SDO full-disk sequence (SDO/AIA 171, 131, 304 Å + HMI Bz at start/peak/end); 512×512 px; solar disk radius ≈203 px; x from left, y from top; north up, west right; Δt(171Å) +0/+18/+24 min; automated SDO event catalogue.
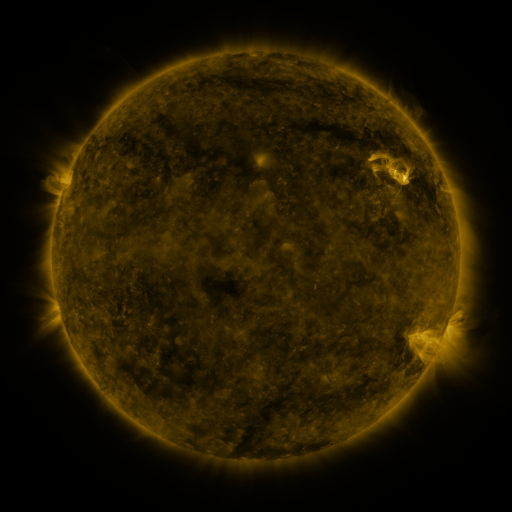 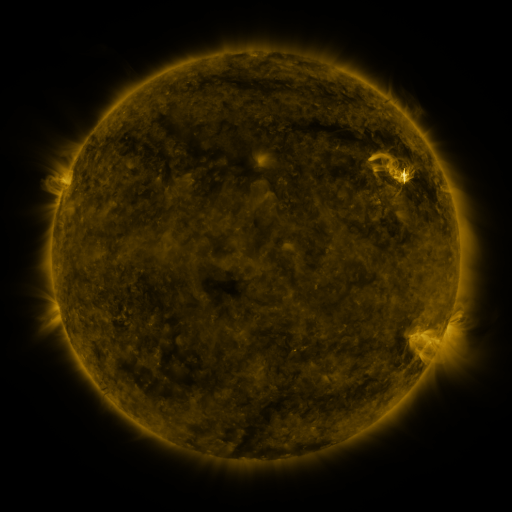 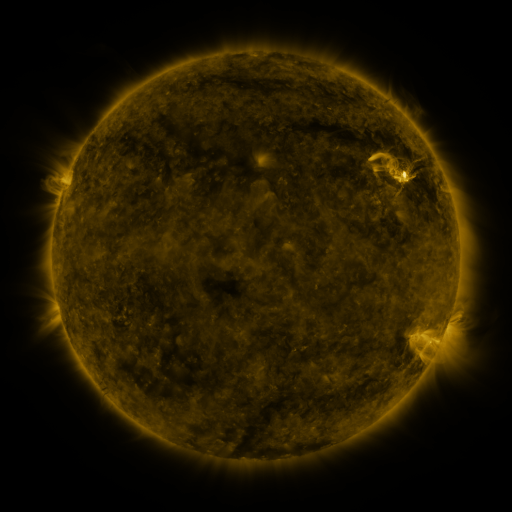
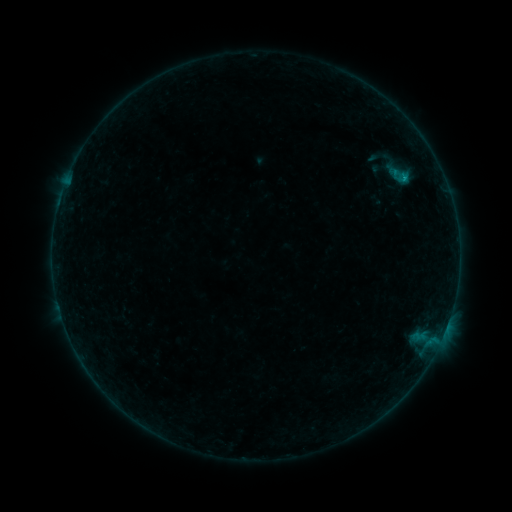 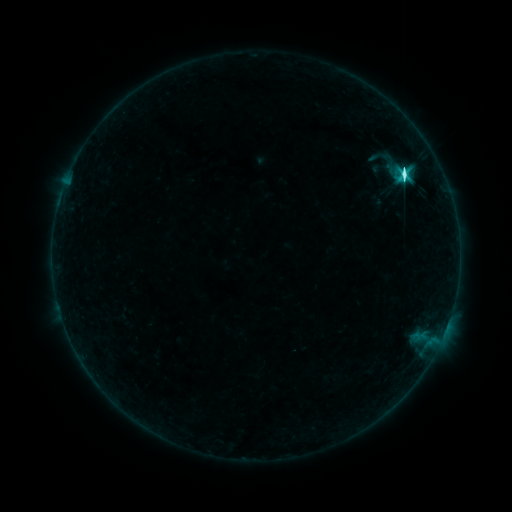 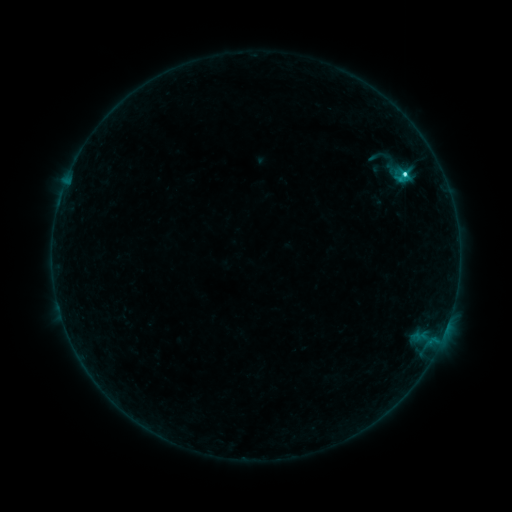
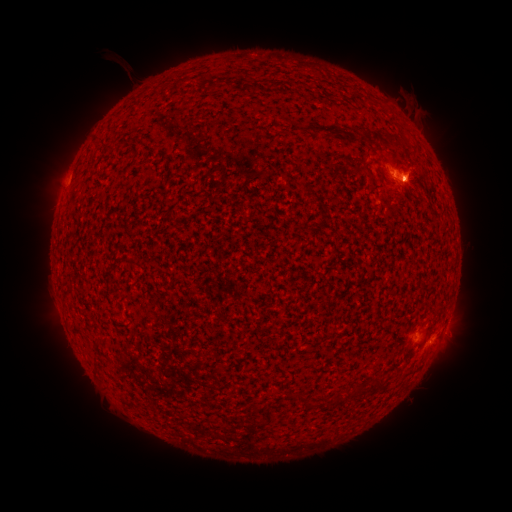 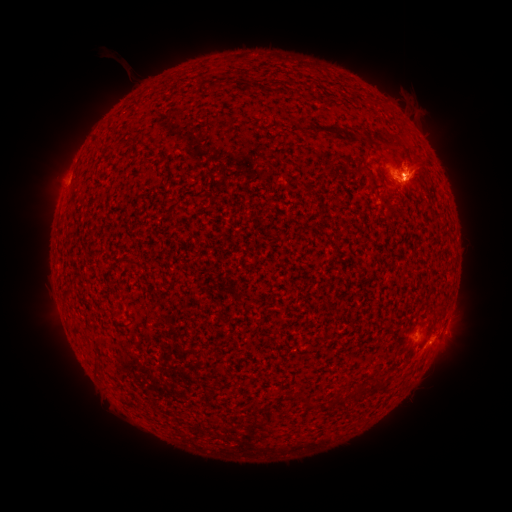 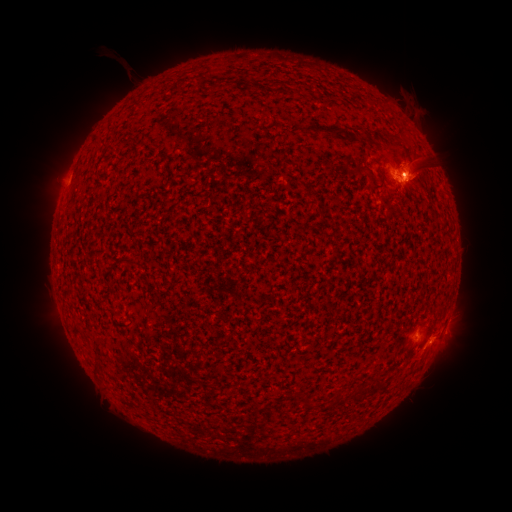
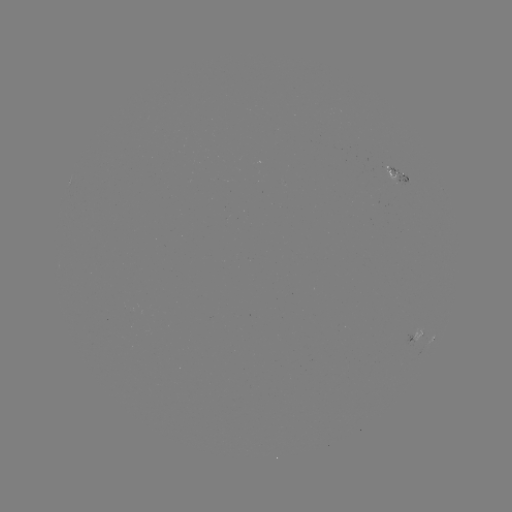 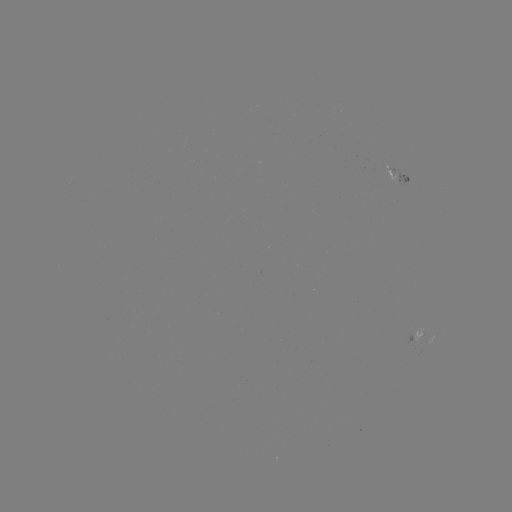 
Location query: C6.1 flare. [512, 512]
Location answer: (403, 177).